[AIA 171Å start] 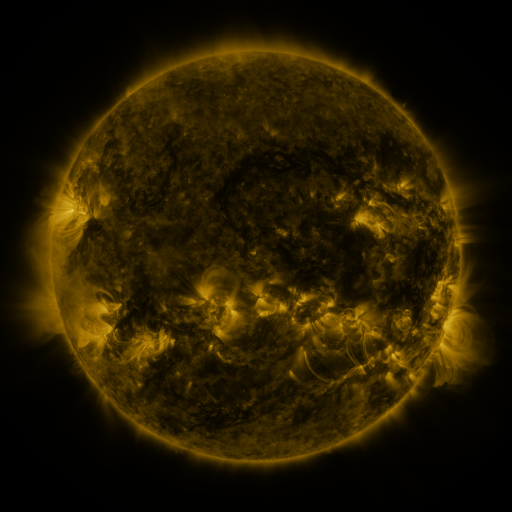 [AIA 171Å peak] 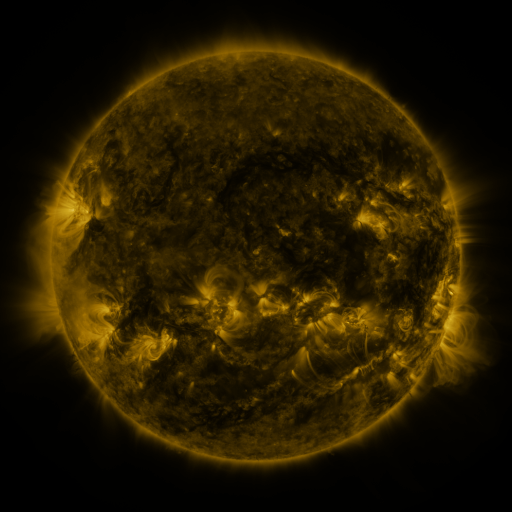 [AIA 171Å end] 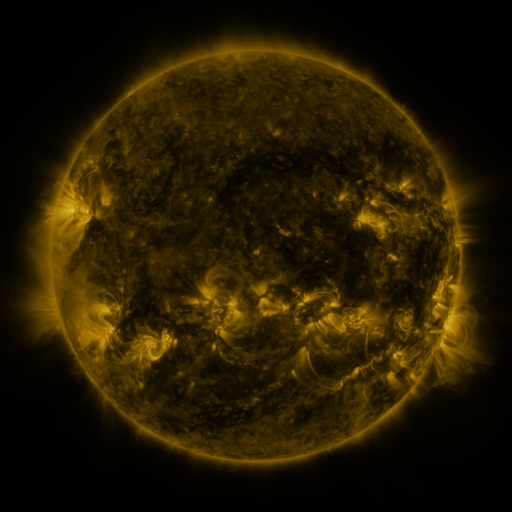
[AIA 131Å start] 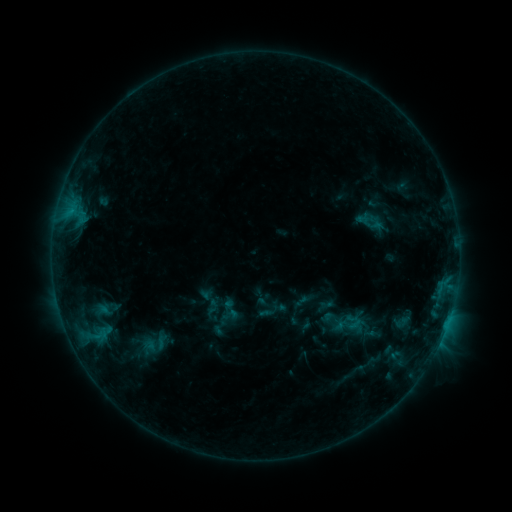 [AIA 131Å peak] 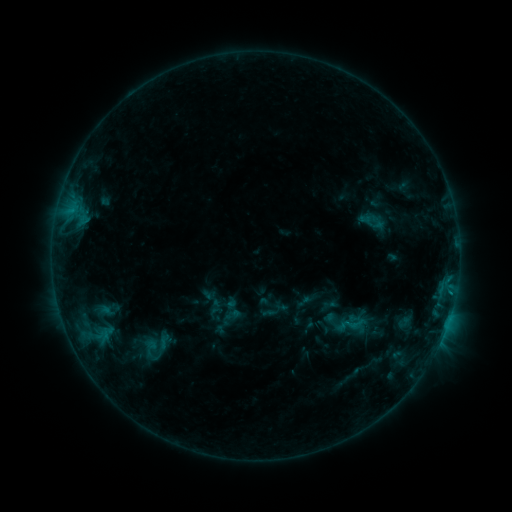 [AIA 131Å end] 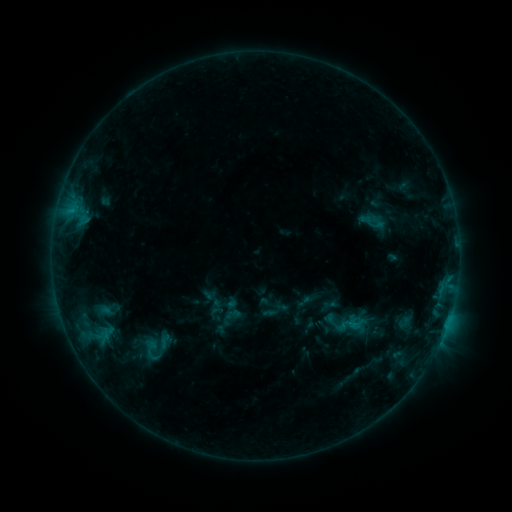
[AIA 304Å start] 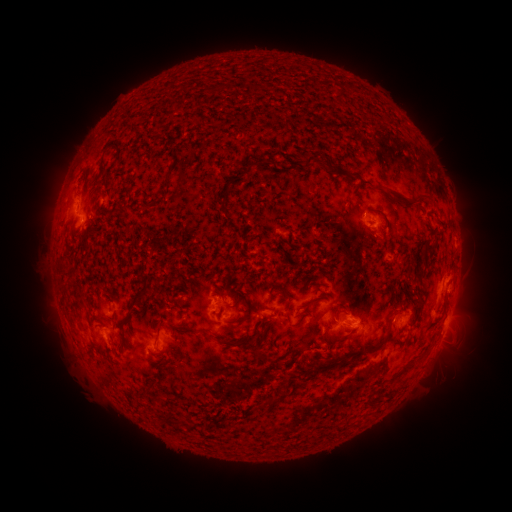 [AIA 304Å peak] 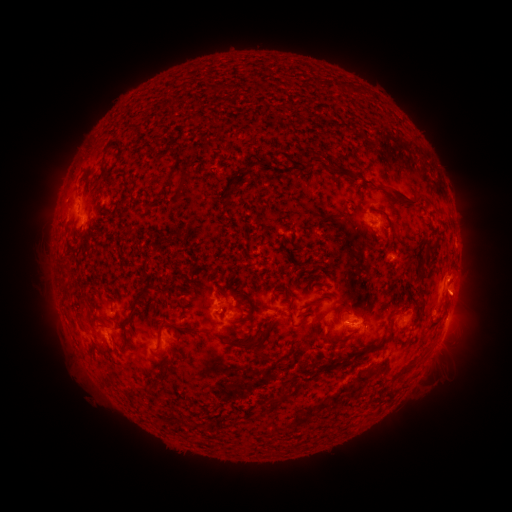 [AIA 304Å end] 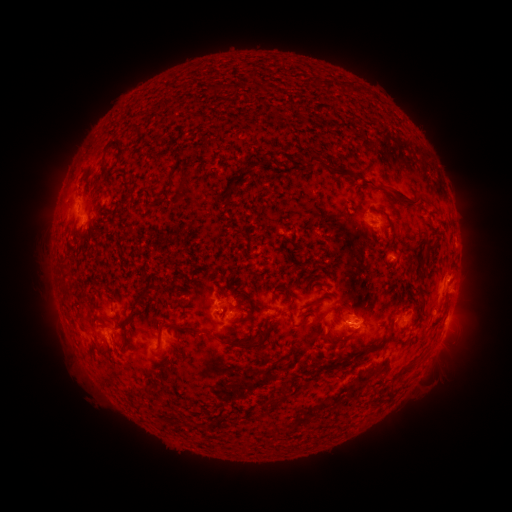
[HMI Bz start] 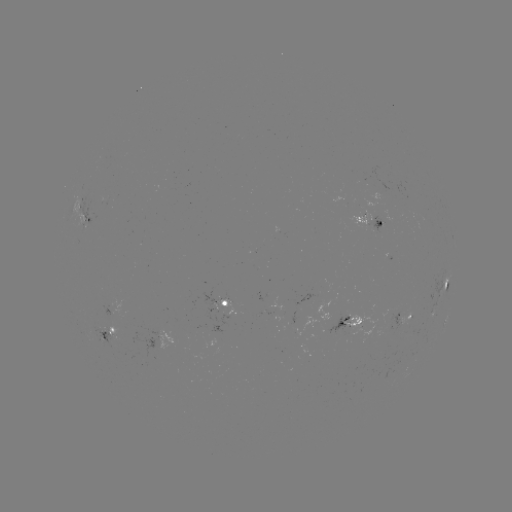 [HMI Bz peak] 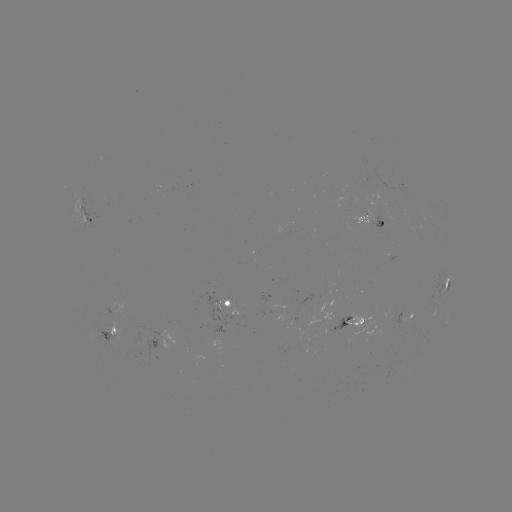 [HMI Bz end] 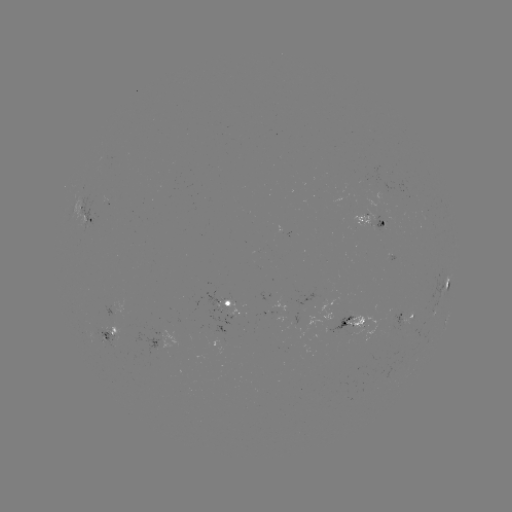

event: emerging-flux region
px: (356, 324)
